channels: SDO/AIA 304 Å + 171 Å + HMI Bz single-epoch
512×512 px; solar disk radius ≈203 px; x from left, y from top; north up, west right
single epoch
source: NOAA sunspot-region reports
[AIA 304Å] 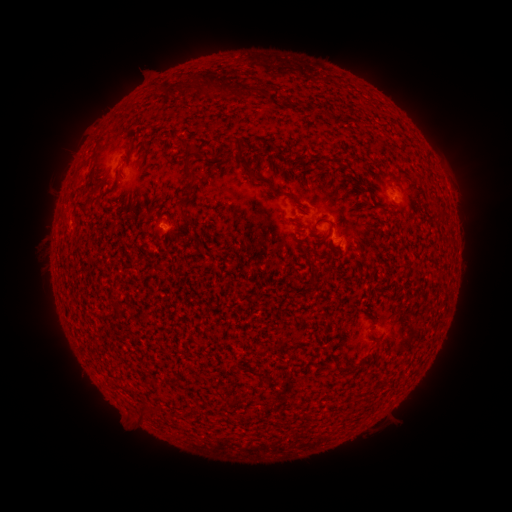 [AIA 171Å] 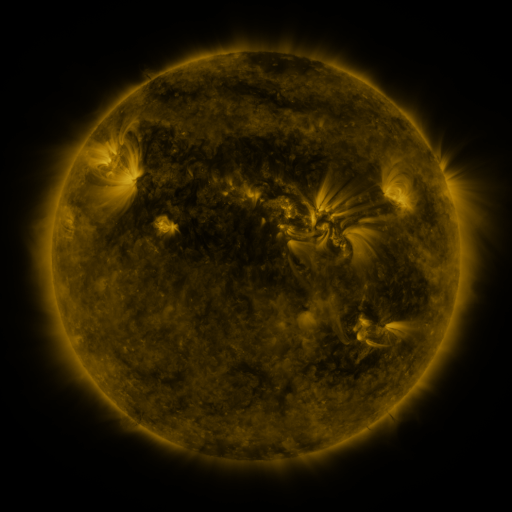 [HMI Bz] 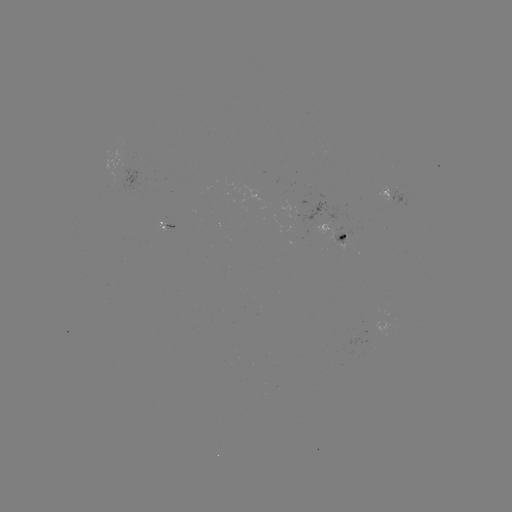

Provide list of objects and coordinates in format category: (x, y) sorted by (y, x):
spotted active region: (115, 156)
spotted active region: (392, 198)
spotted active region: (163, 223)
spotted active region: (340, 241)
spotted active region: (362, 333)
